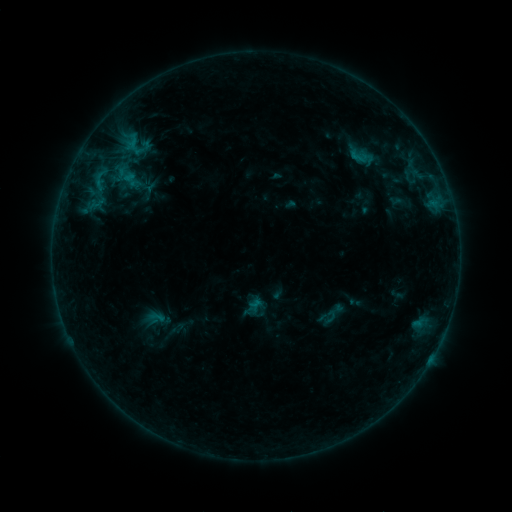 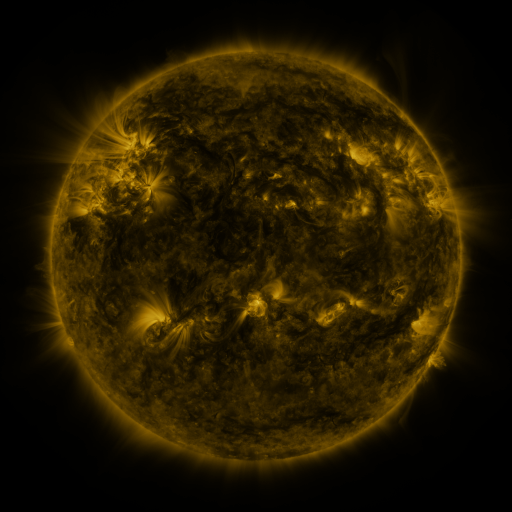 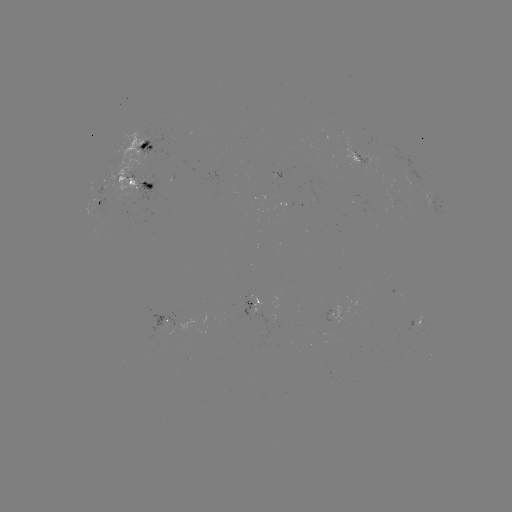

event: sigmoid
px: (362, 157)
